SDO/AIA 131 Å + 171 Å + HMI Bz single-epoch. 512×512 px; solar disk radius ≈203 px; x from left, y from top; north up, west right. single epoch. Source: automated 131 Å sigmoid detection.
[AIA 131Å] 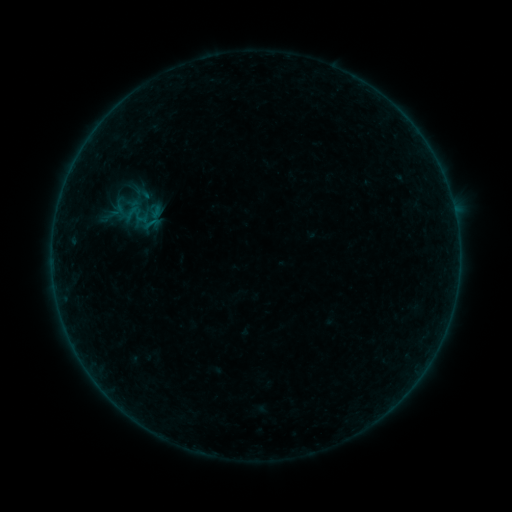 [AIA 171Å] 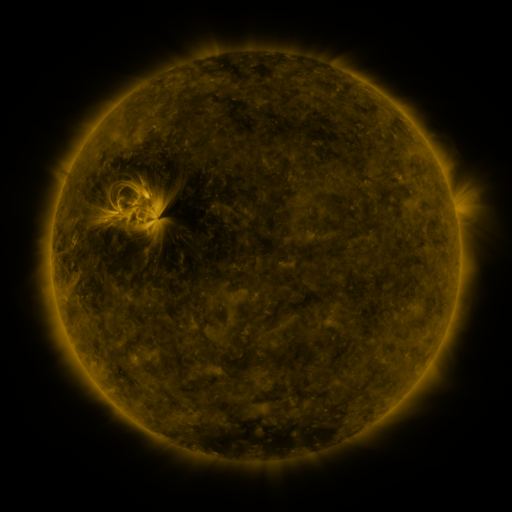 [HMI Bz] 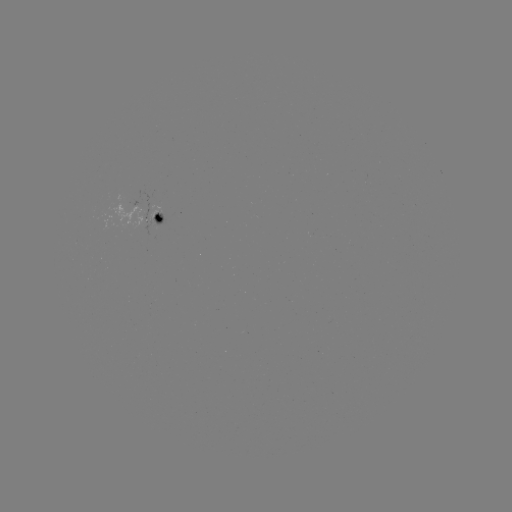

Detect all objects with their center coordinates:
sigmoid: (153, 207)
sigmoid: (152, 223)
